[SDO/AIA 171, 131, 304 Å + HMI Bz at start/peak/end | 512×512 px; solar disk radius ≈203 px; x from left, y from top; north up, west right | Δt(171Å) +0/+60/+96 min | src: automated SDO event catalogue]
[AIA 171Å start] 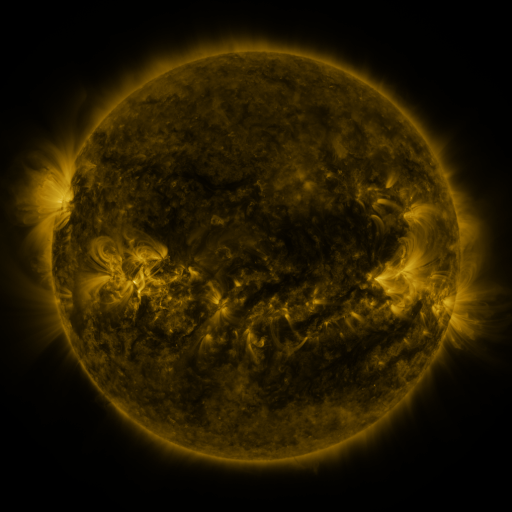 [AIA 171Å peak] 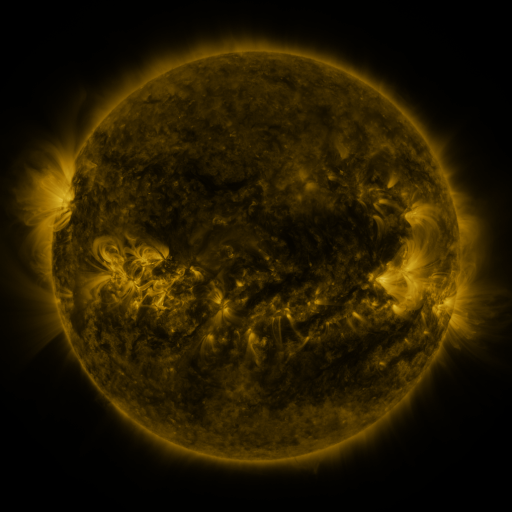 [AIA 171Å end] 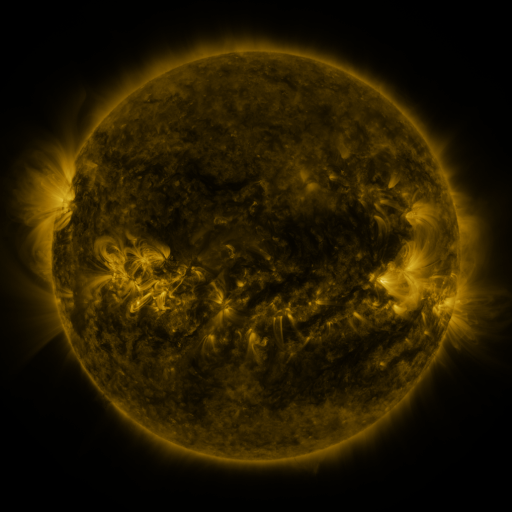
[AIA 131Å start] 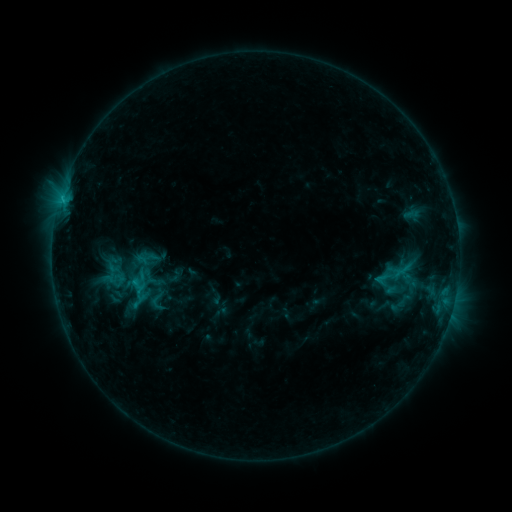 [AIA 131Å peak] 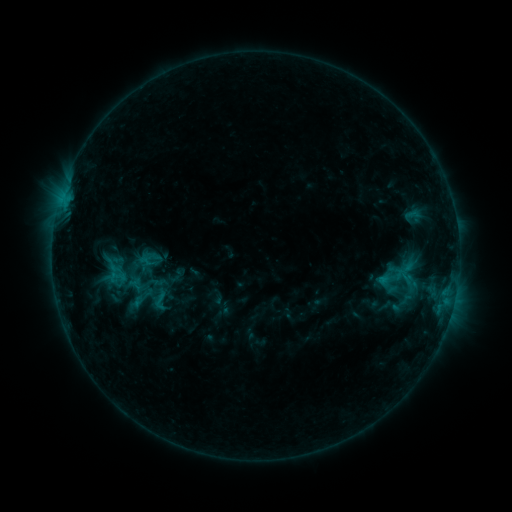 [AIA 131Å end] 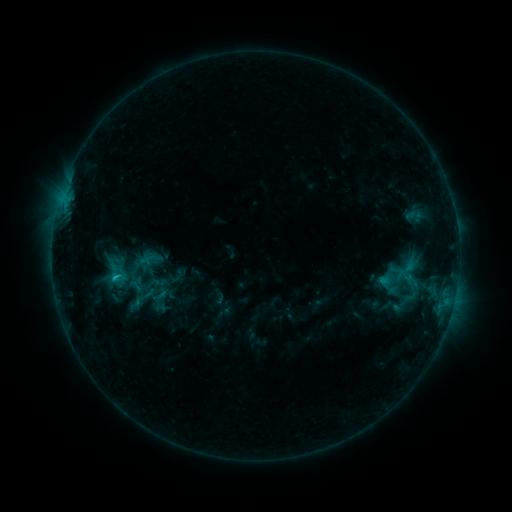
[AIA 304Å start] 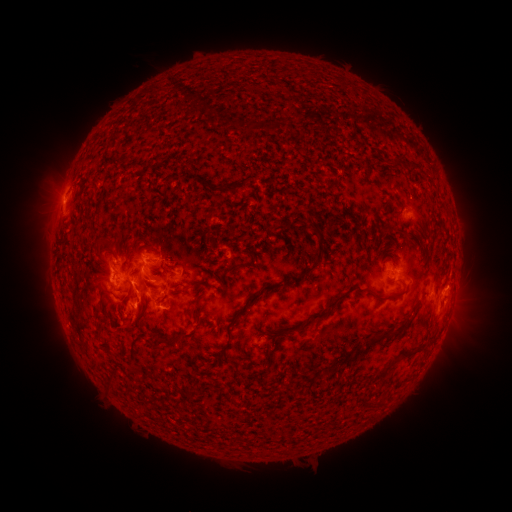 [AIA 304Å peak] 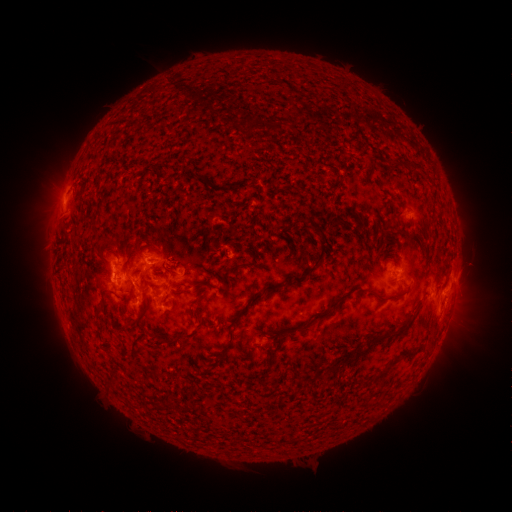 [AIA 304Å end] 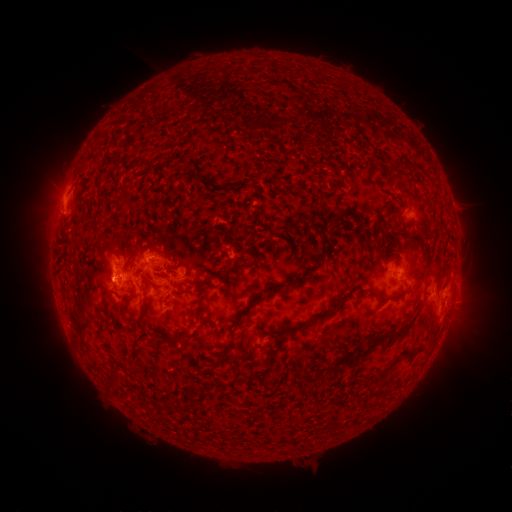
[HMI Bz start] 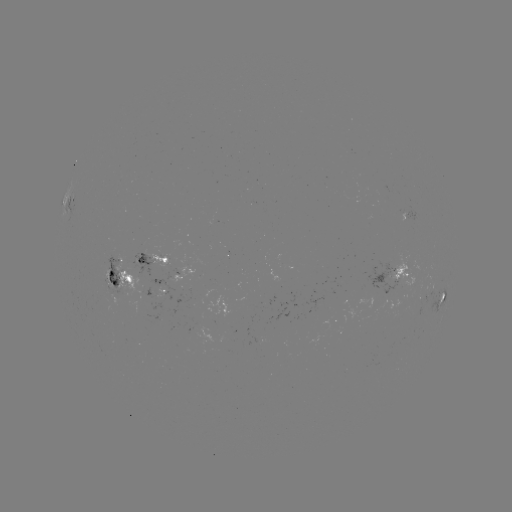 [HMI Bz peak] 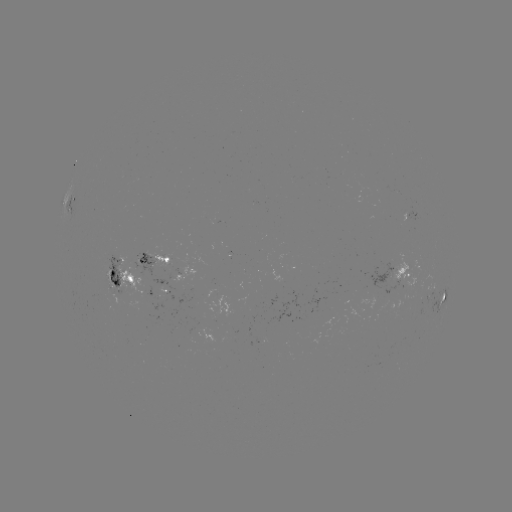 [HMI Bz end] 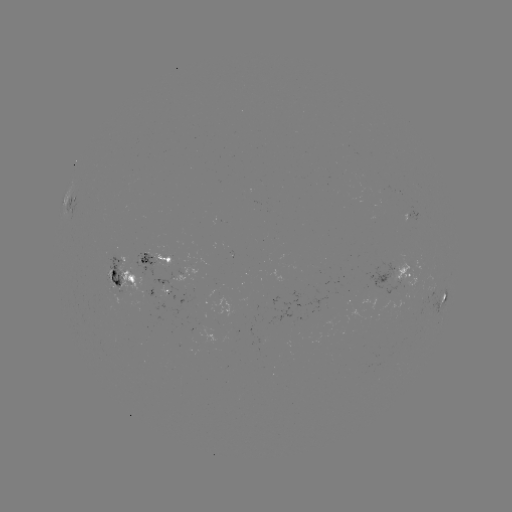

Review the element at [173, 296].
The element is emerging-flux region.